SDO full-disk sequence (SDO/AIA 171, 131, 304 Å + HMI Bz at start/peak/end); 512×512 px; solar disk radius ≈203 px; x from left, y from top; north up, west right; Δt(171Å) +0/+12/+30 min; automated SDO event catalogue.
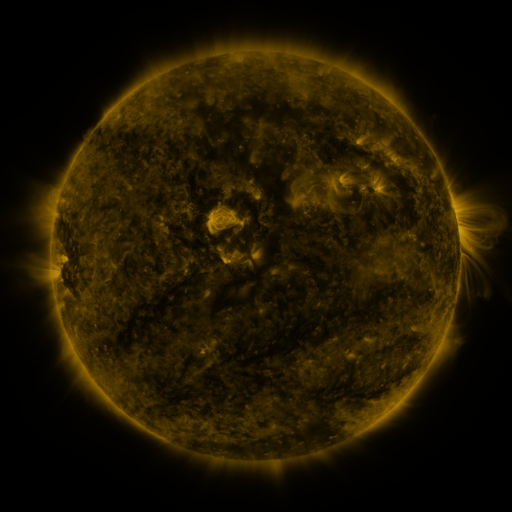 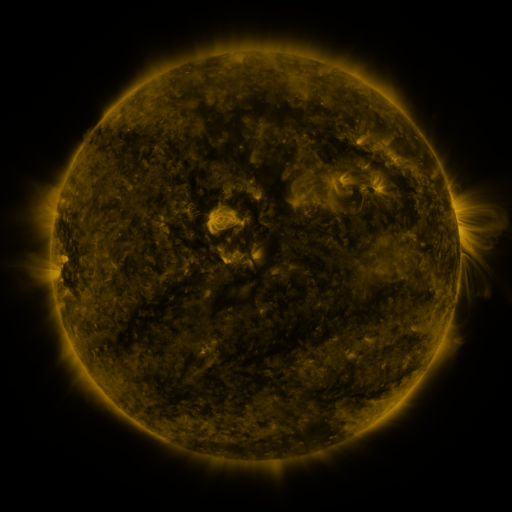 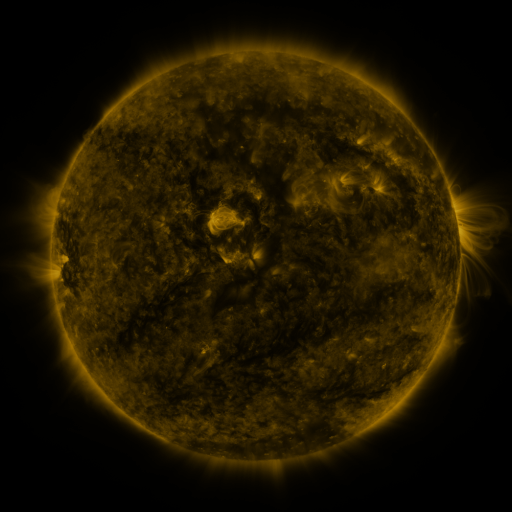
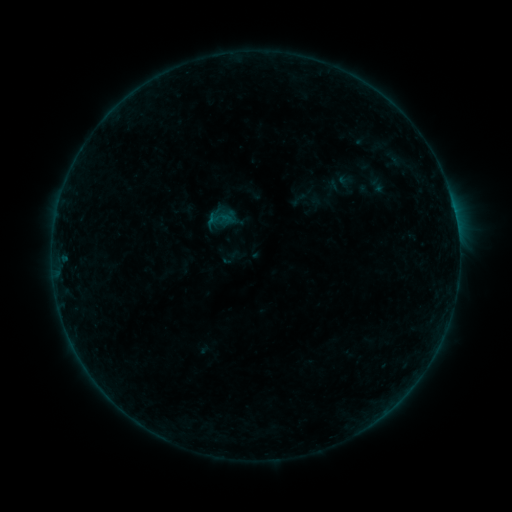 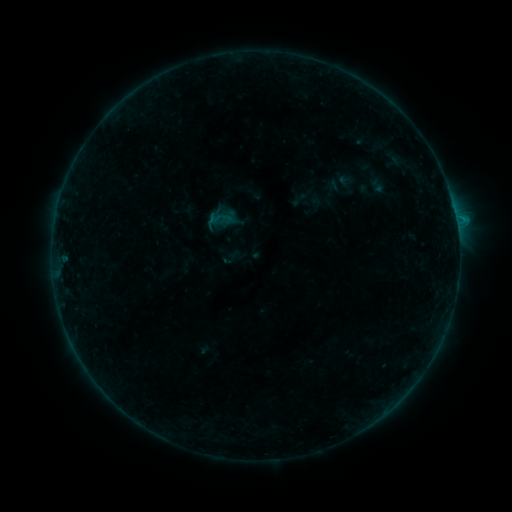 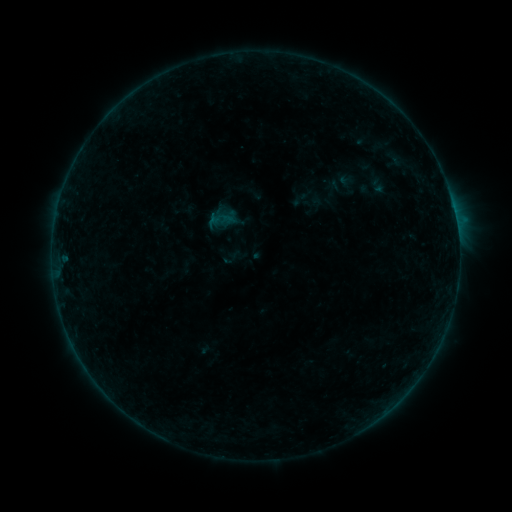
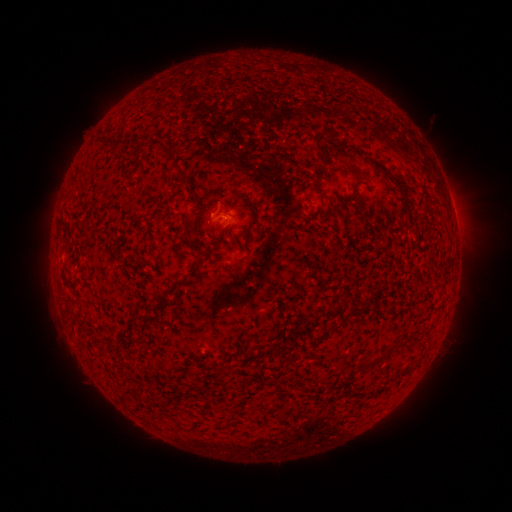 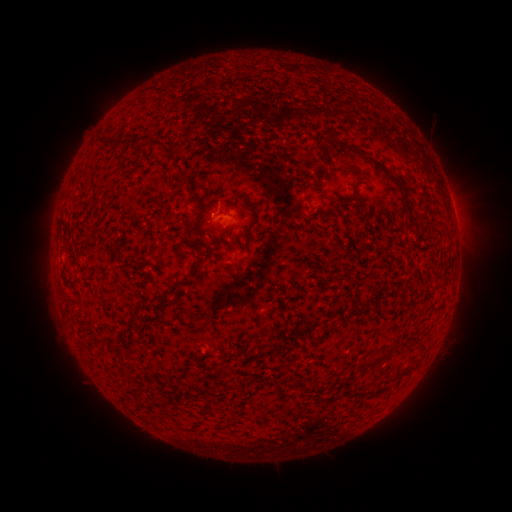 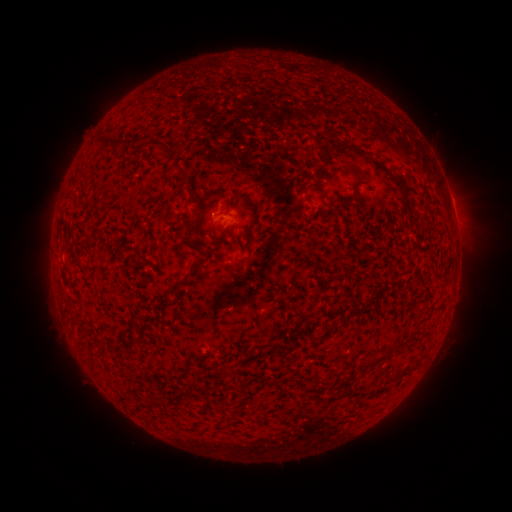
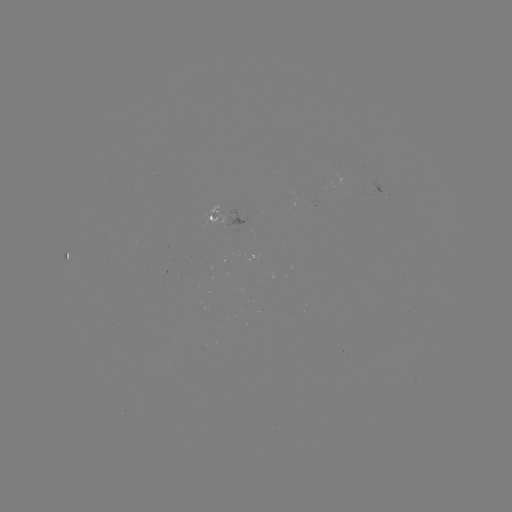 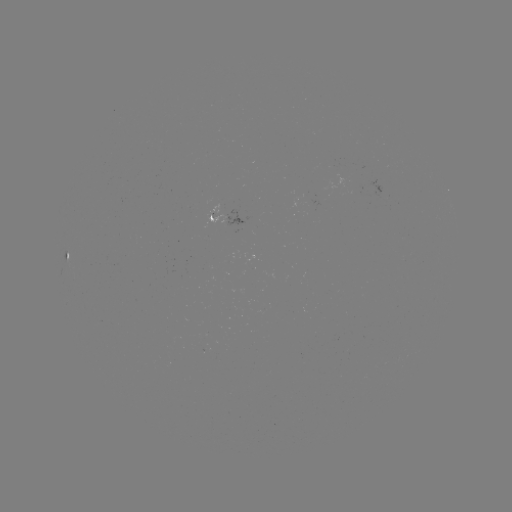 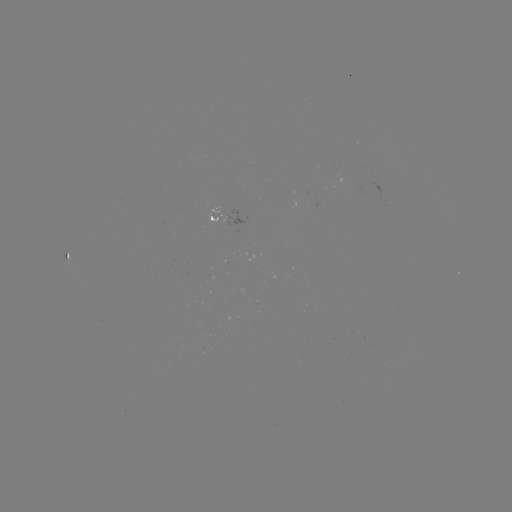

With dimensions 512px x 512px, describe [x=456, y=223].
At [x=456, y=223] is B3.5 flare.